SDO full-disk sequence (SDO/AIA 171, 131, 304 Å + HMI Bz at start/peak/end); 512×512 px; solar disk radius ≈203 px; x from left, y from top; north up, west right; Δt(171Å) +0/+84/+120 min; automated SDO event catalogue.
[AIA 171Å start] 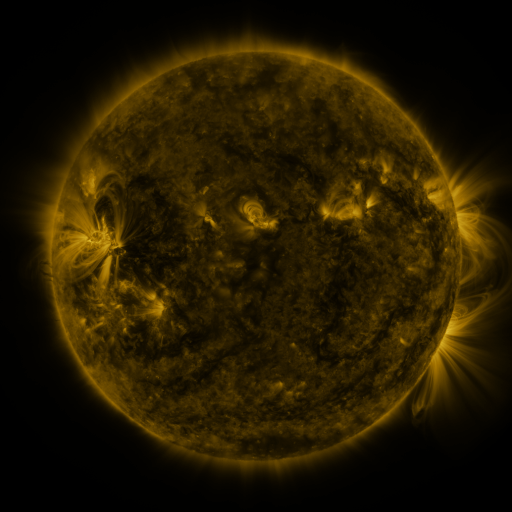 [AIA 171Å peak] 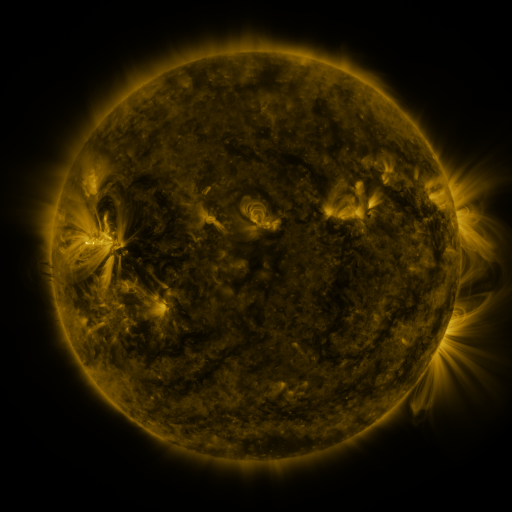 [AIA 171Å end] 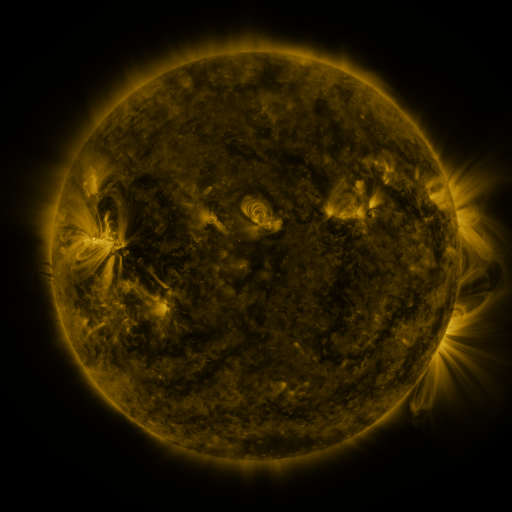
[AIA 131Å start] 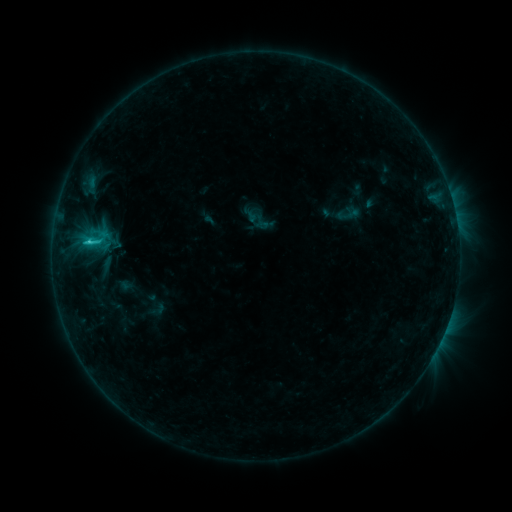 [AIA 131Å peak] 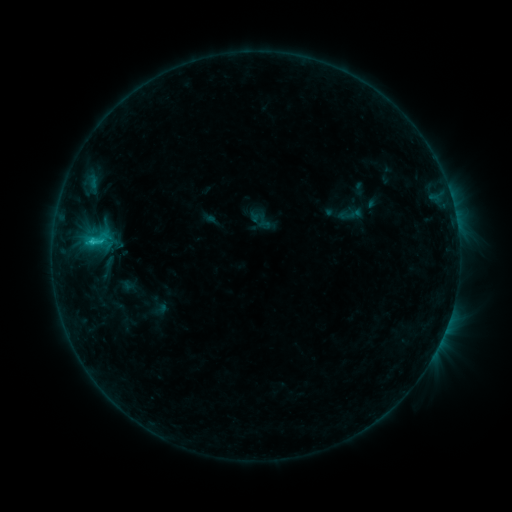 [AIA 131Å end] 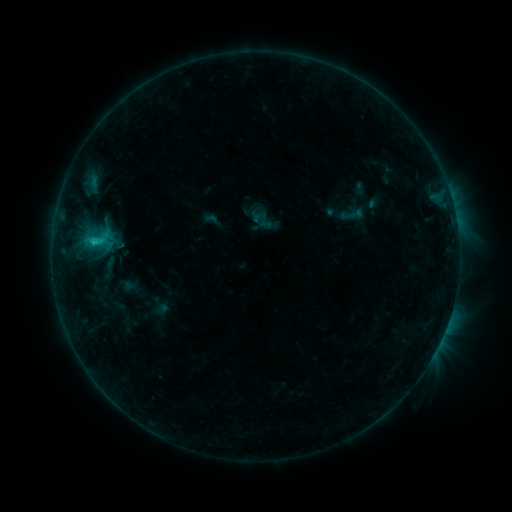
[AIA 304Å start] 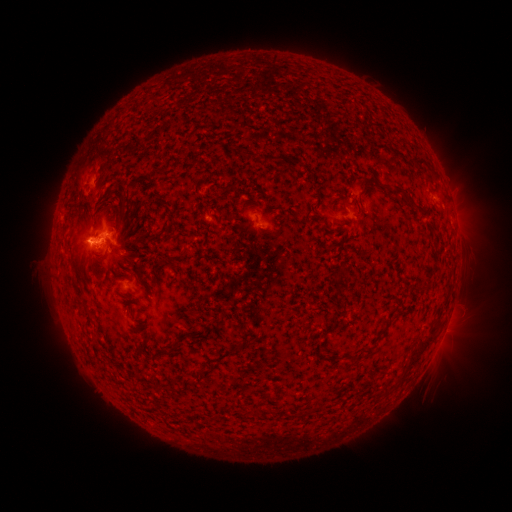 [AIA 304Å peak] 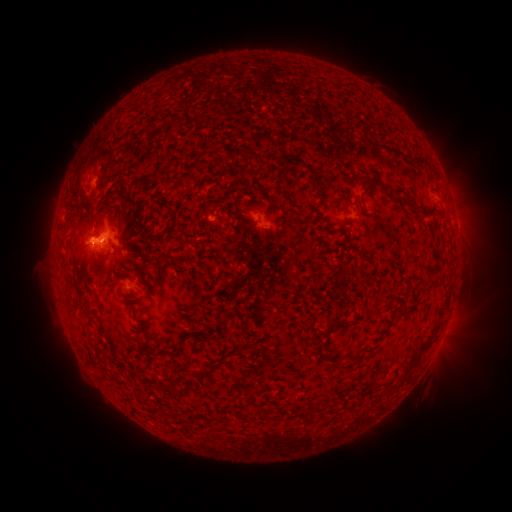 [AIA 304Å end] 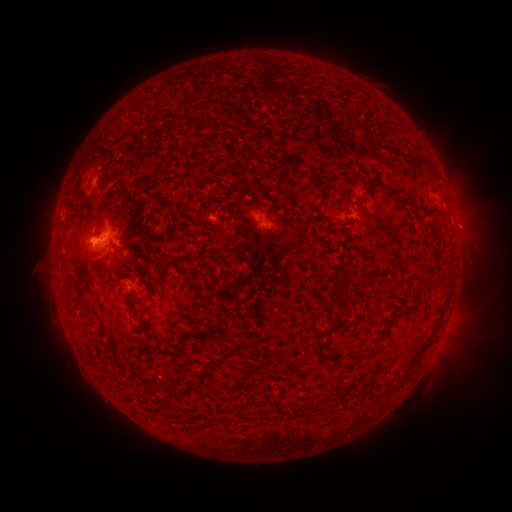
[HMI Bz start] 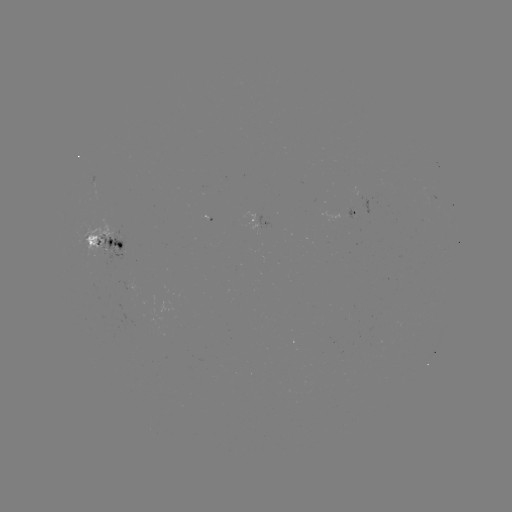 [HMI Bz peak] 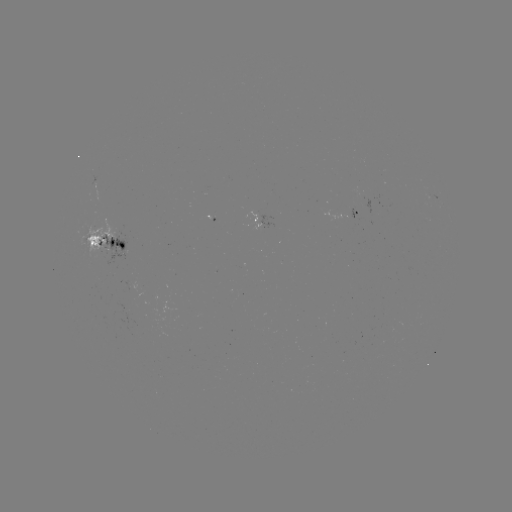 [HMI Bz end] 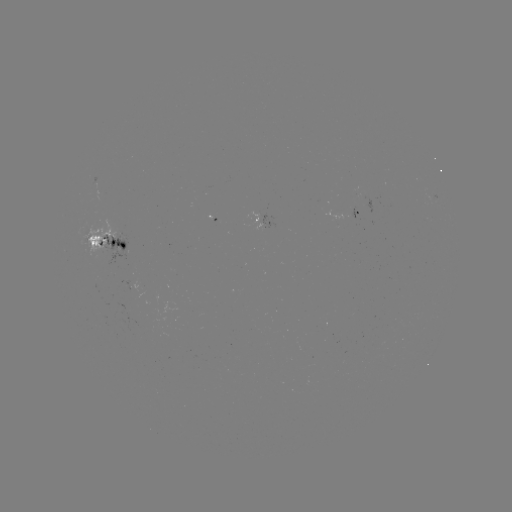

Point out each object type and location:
emerging-flux region: (108, 236)
